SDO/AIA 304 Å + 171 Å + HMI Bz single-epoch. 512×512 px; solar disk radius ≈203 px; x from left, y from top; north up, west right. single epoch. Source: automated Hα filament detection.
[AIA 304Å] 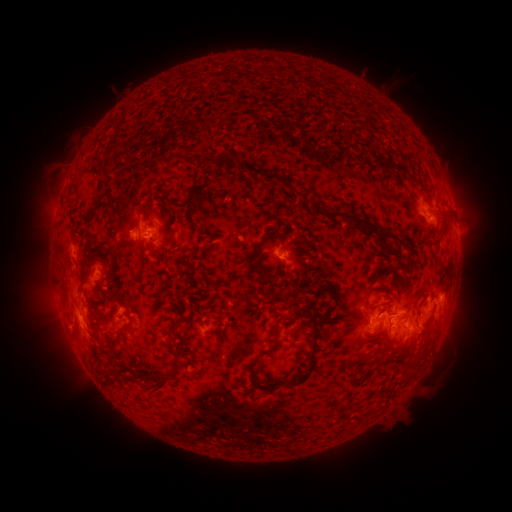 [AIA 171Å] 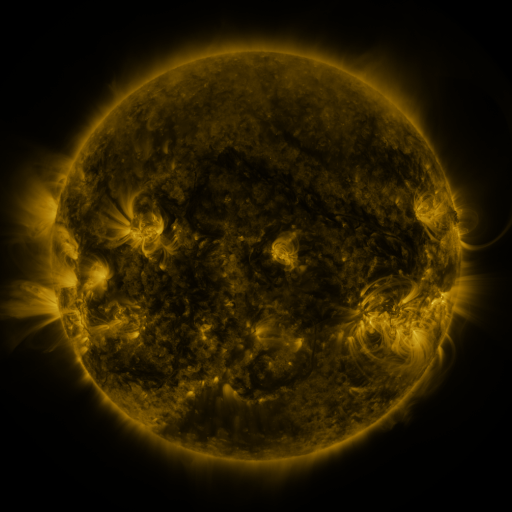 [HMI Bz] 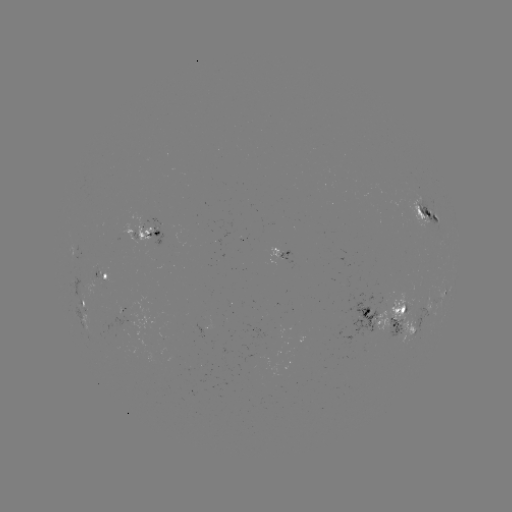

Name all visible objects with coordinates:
filament: (361, 128)
filament: (212, 161)
filament: (384, 162)
filament: (397, 168)
filament: (243, 170)
filament: (103, 173)
filament: (287, 184)
filament: (194, 189)
filament: (97, 205)
filament: (443, 215)
filament: (358, 220)
filament: (111, 248)
filament: (254, 257)
filament: (409, 260)
filament: (284, 265)
filament: (385, 277)
filament: (104, 293)
filament: (384, 308)
filament: (301, 313)
filament: (325, 314)
filament: (404, 314)
filament: (104, 316)
filament: (376, 327)
filament: (120, 336)
filament: (182, 338)
filament: (271, 347)
filament: (314, 355)
filament: (409, 363)
filament: (254, 374)
filament: (110, 381)
filament: (158, 384)
